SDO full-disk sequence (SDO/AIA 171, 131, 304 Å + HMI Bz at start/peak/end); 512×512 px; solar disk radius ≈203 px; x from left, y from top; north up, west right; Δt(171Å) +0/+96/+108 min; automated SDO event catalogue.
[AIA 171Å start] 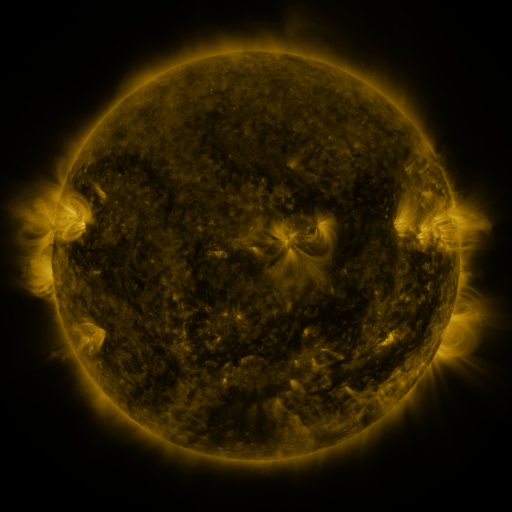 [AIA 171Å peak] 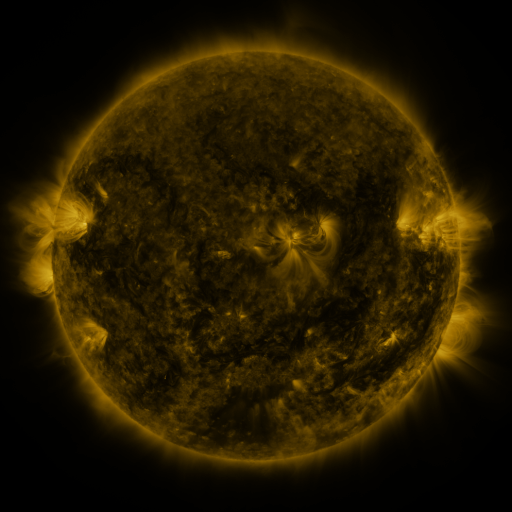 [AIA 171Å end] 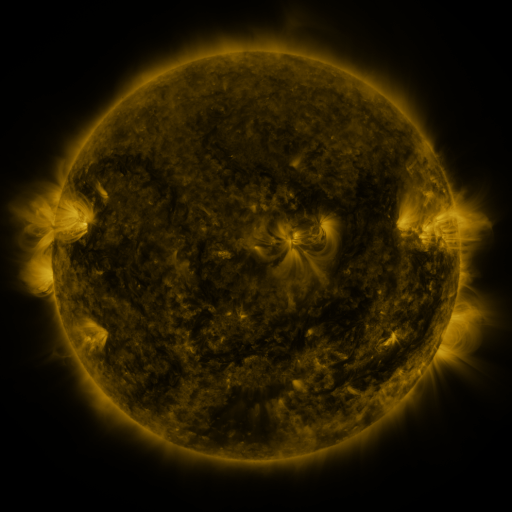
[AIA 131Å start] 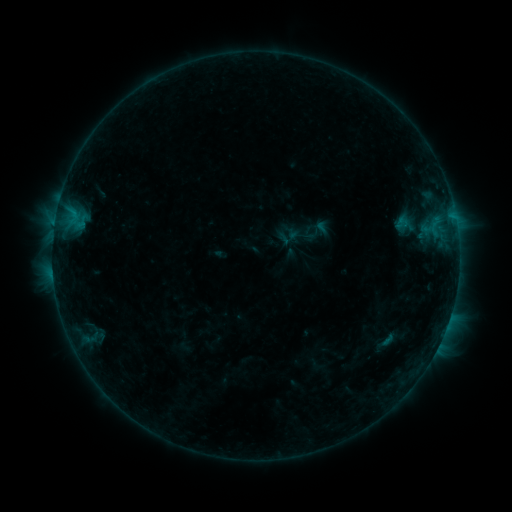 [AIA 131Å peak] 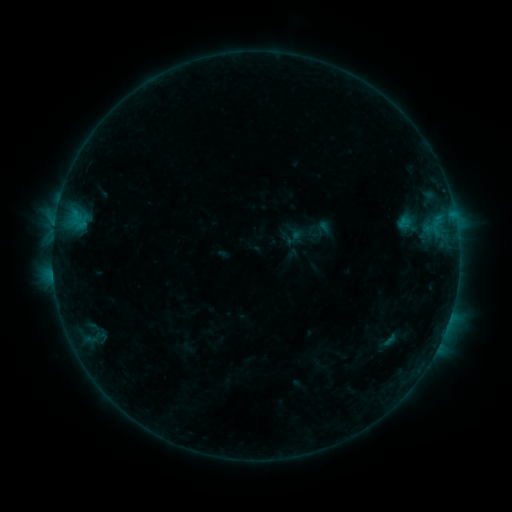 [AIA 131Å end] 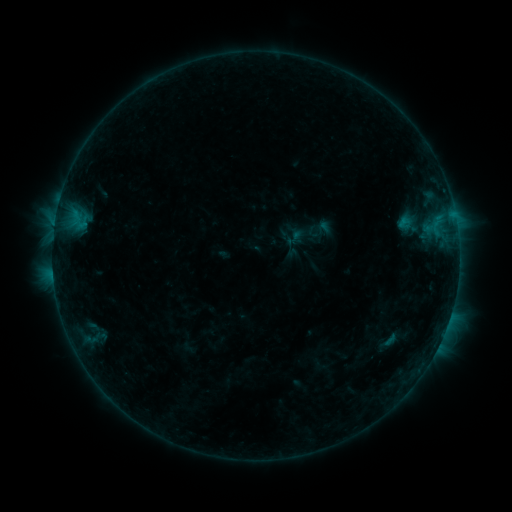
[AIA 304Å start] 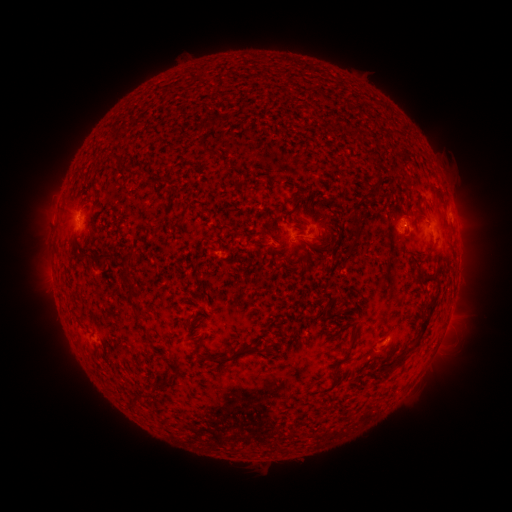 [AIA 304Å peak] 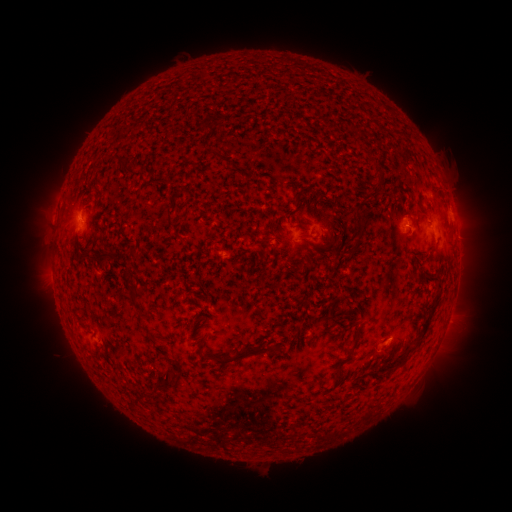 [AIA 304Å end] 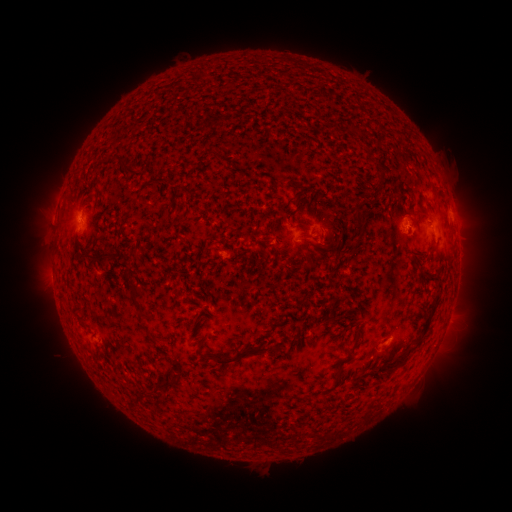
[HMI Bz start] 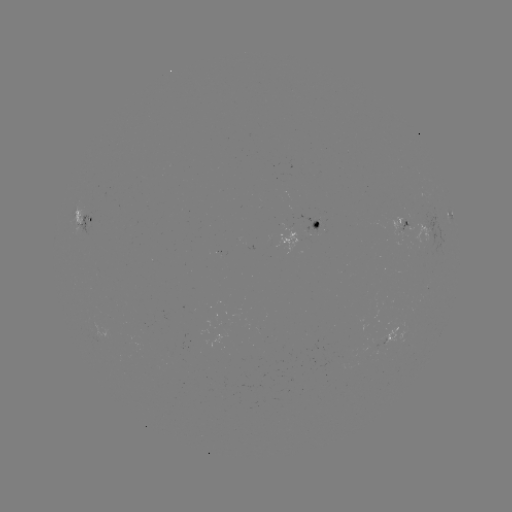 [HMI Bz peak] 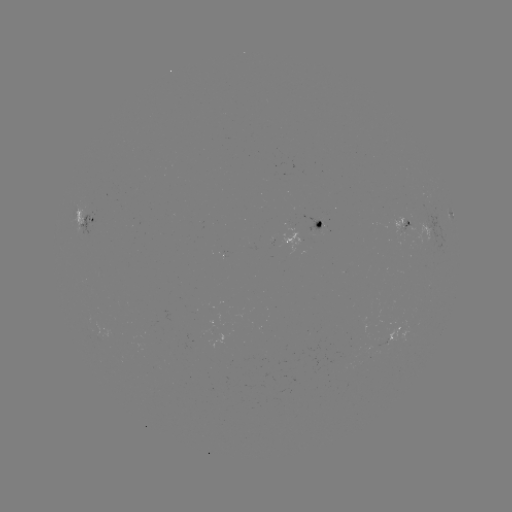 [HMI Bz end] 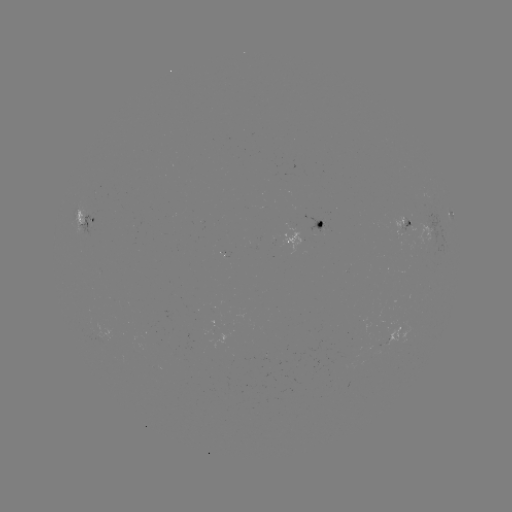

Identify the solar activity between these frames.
emerging-flux region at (319, 228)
